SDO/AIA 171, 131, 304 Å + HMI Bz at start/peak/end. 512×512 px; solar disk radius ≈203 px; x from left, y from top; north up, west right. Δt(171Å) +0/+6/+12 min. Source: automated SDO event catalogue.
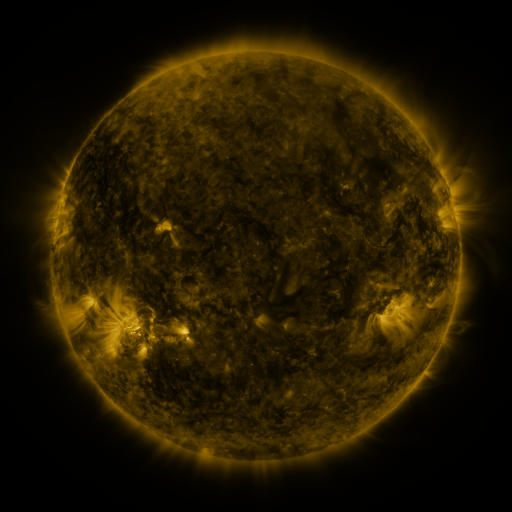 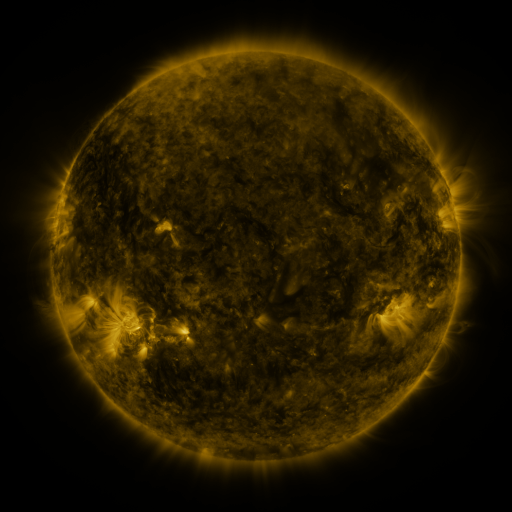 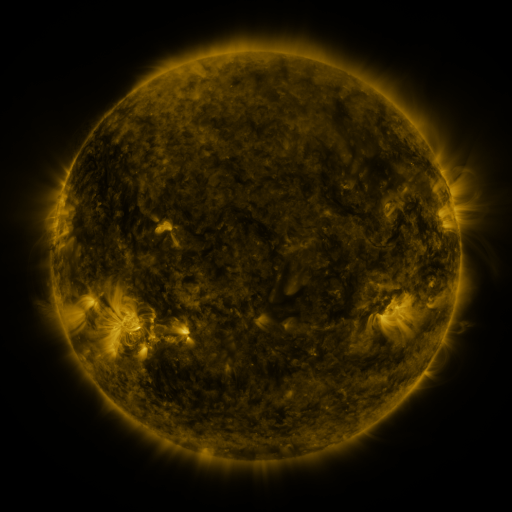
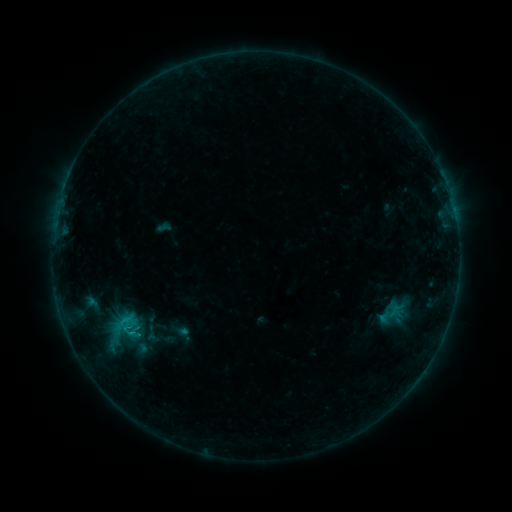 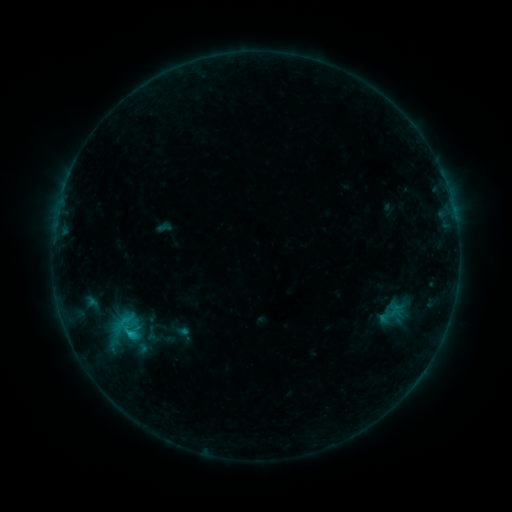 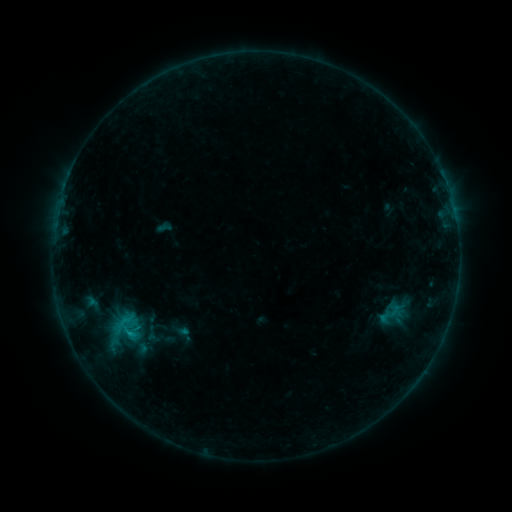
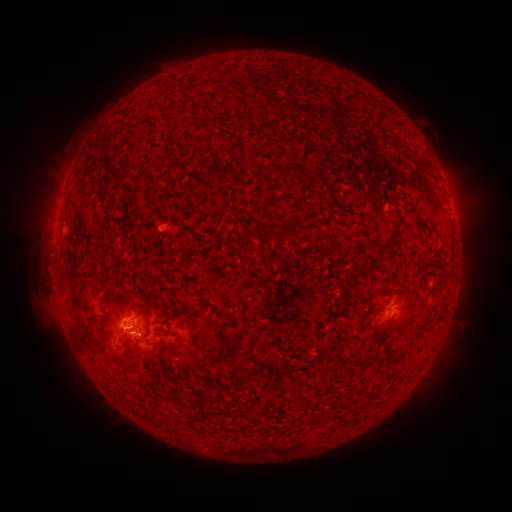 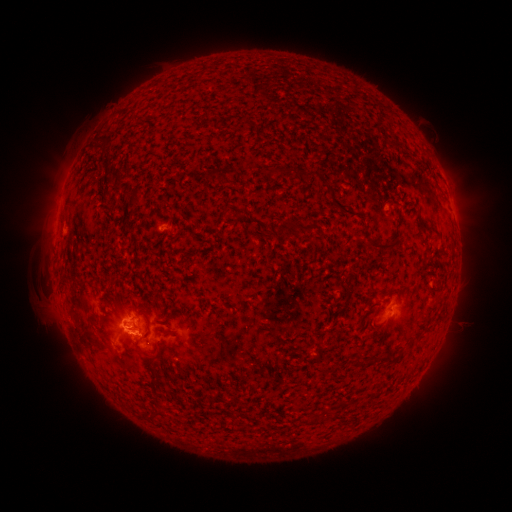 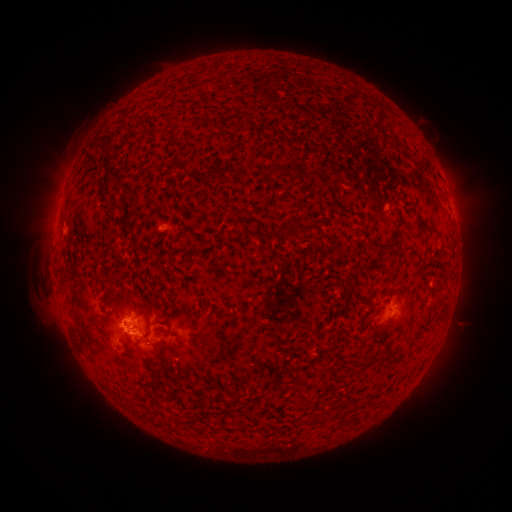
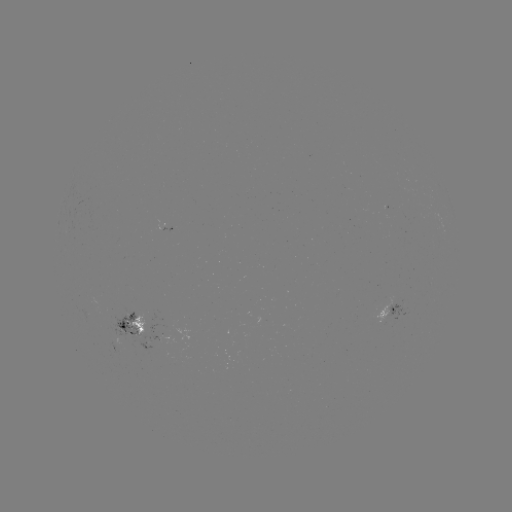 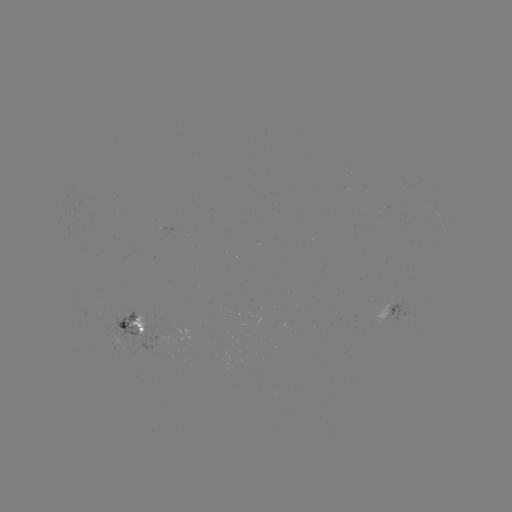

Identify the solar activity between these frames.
B8.9 flare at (133, 333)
